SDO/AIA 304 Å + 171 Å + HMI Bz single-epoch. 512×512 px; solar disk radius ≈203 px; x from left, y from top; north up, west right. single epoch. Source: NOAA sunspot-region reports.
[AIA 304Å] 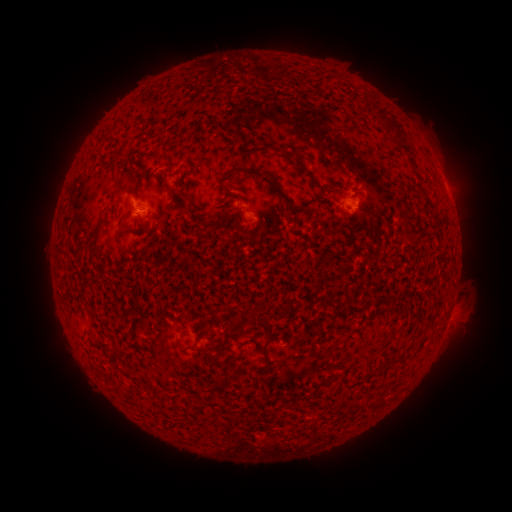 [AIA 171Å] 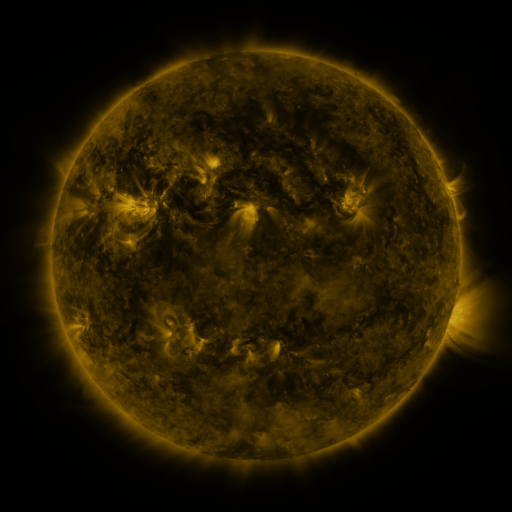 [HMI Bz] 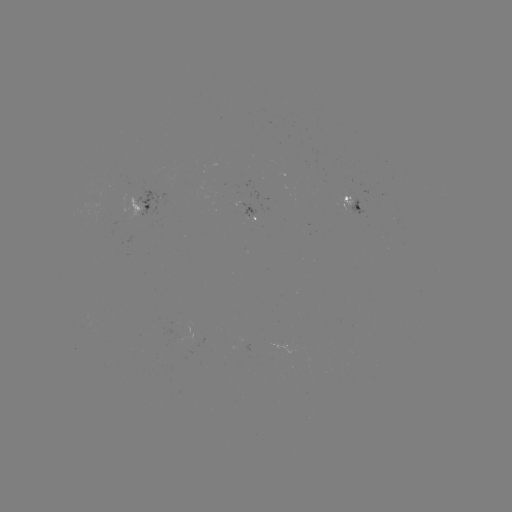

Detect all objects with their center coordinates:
spotted active region: (140, 207)
spotted active region: (354, 208)
